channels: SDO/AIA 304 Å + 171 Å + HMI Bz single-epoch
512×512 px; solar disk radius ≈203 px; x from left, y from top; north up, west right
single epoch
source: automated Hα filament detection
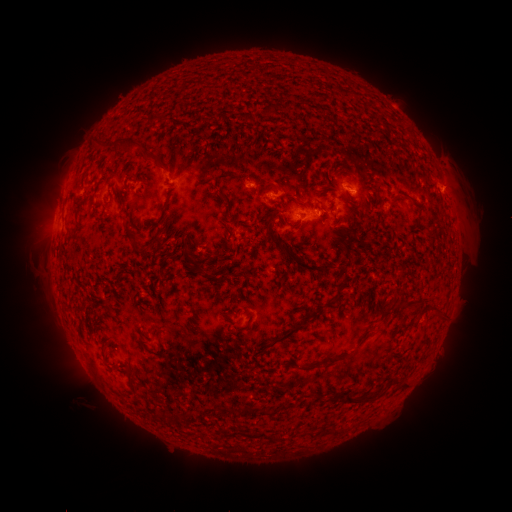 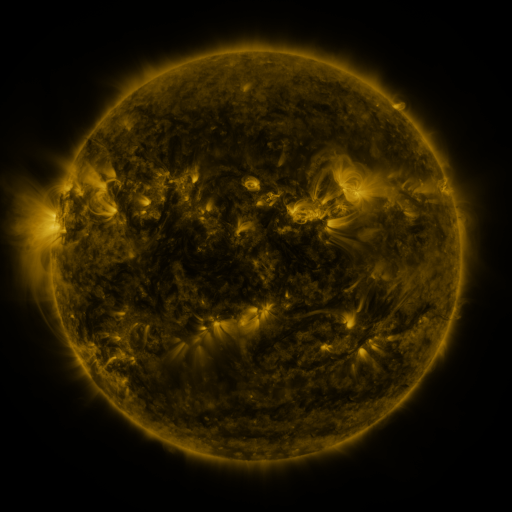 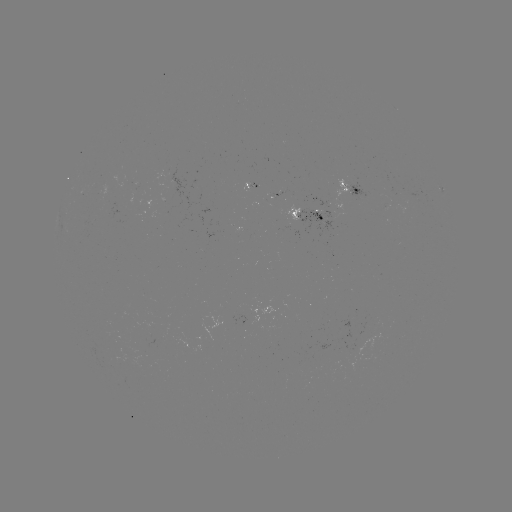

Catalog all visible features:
filament: (264, 103, 275, 117)
filament: (92, 136, 109, 149)
filament: (114, 137, 142, 157)
filament: (218, 193, 231, 205)
filament: (265, 219, 283, 244)
filament: (129, 231, 139, 243)
filament: (152, 234, 161, 244)
filament: (282, 246, 336, 275)
filament: (183, 251, 200, 270)
filament: (332, 275, 348, 303)
filament: (393, 300, 419, 311)
filament: (432, 309, 444, 323)
filament: (256, 323, 300, 355)
filament: (154, 326, 162, 348)
filament: (286, 354, 345, 372)
filament: (124, 366, 136, 392)
filament: (389, 378, 405, 390)
filament: (343, 392, 377, 405)
filament: (276, 403, 287, 411)
filament: (241, 406, 249, 416)
filament: (255, 407, 272, 417)
filament: (155, 410, 166, 420)
filament: (305, 430, 313, 439)
